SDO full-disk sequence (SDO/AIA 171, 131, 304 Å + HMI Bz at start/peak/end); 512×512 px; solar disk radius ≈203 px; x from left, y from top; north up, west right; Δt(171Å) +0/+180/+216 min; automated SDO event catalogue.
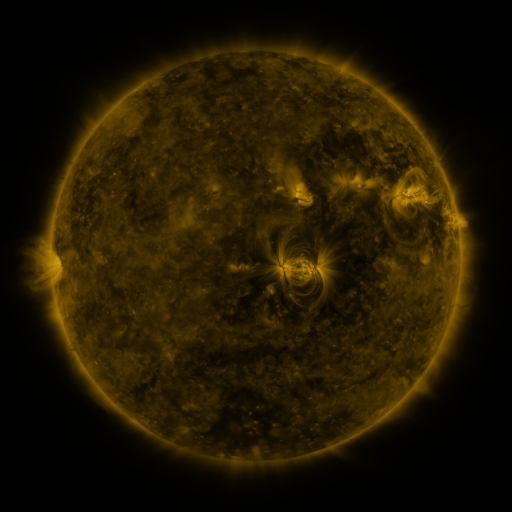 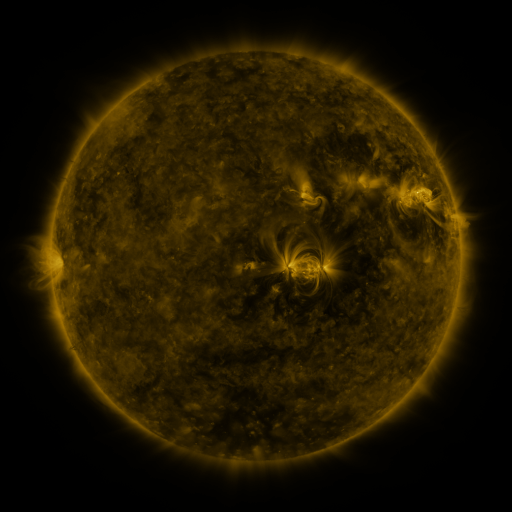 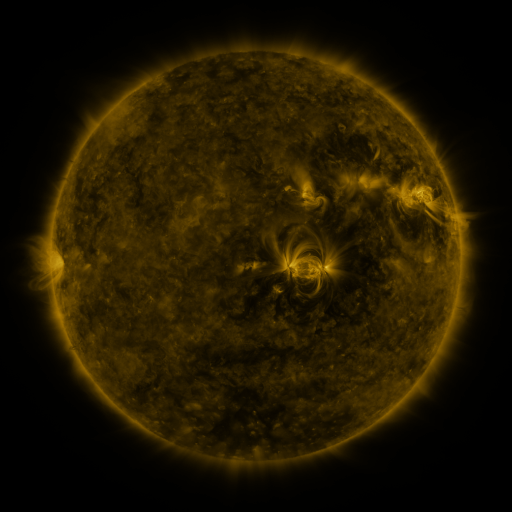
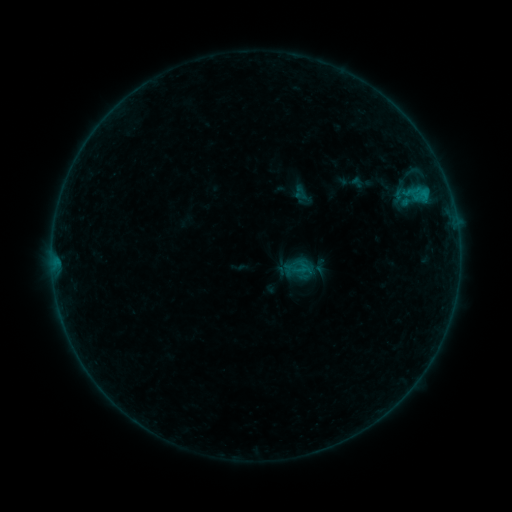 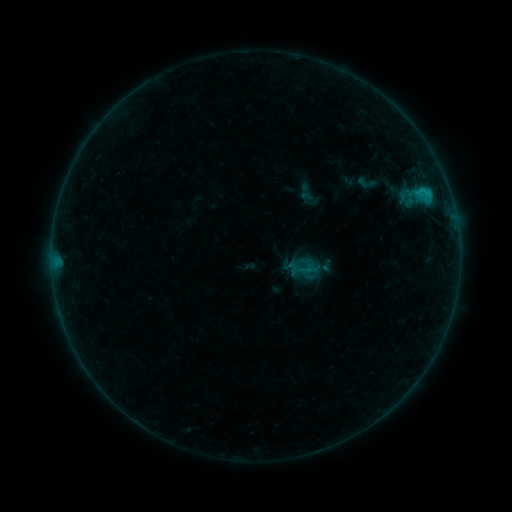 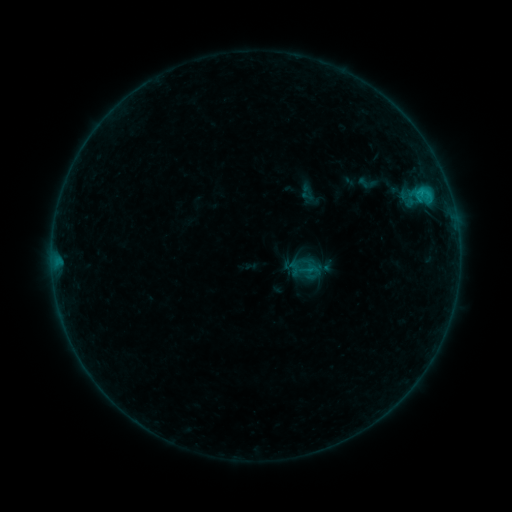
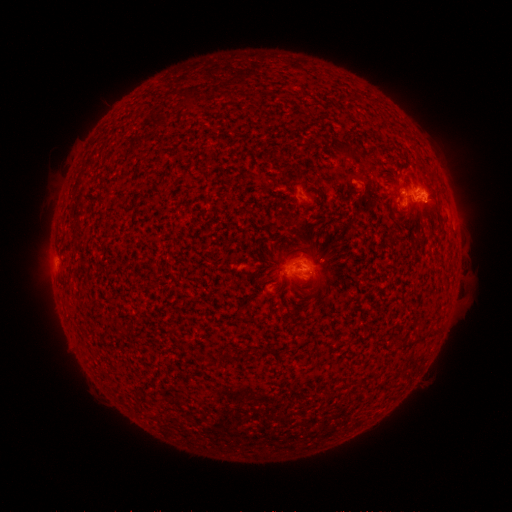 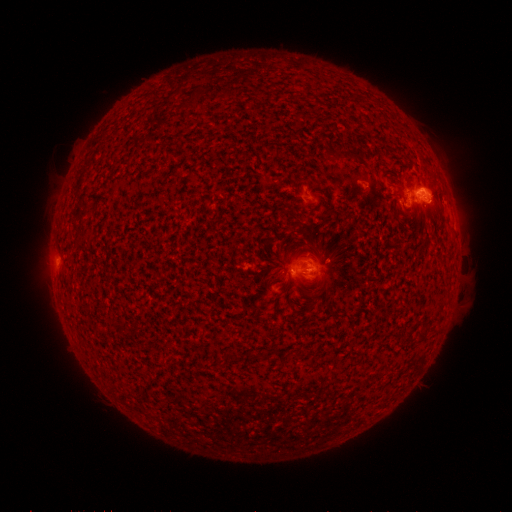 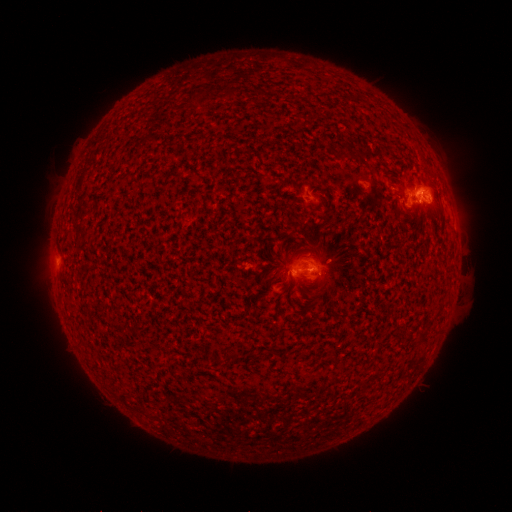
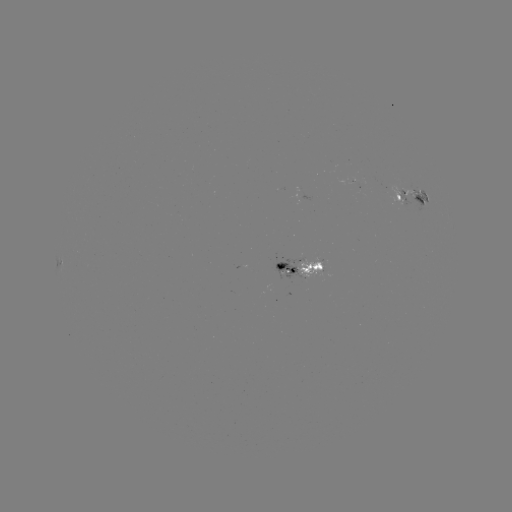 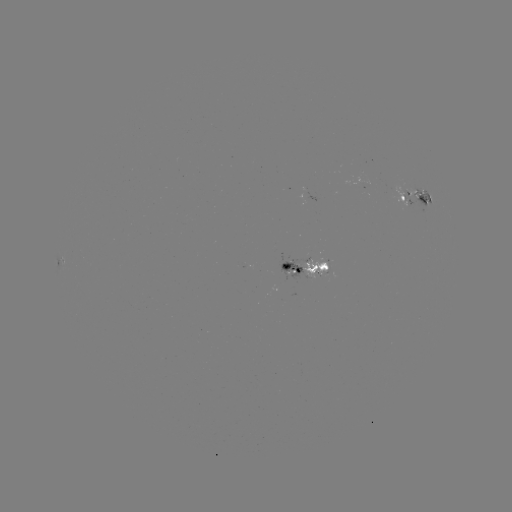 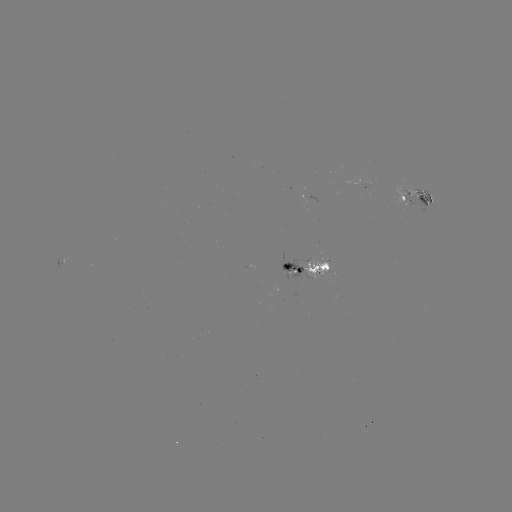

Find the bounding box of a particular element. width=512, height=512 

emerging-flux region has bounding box [304, 256, 328, 279].